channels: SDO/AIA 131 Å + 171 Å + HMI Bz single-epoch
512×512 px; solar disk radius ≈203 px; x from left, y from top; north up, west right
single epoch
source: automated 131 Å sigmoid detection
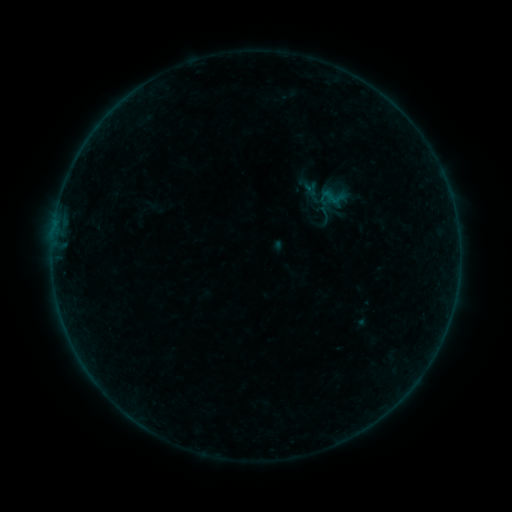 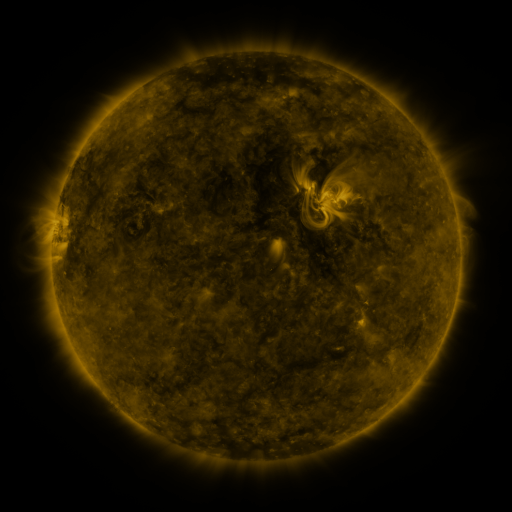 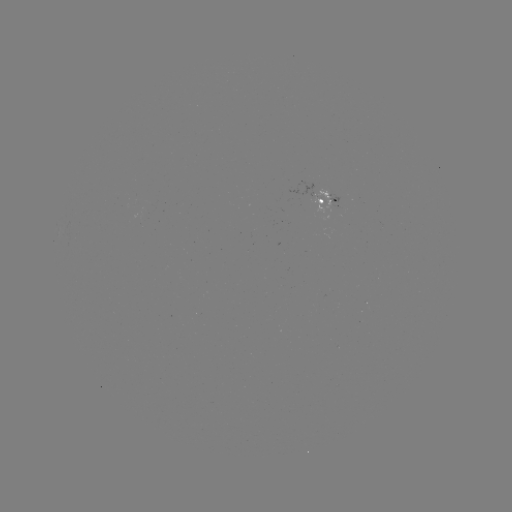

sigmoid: <bbox>314, 205, 337, 224</bbox>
